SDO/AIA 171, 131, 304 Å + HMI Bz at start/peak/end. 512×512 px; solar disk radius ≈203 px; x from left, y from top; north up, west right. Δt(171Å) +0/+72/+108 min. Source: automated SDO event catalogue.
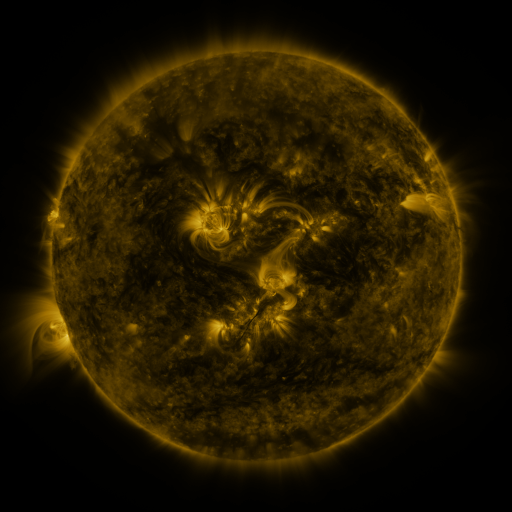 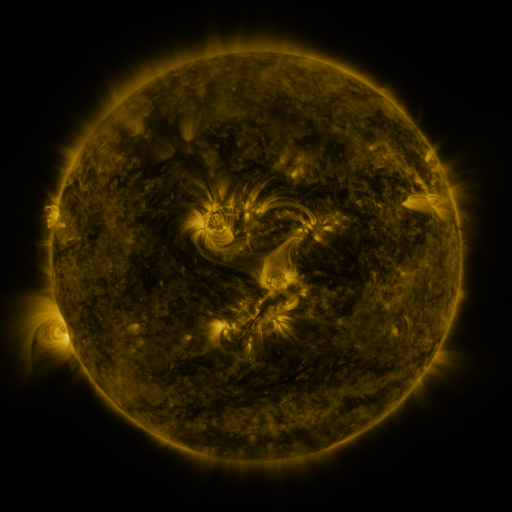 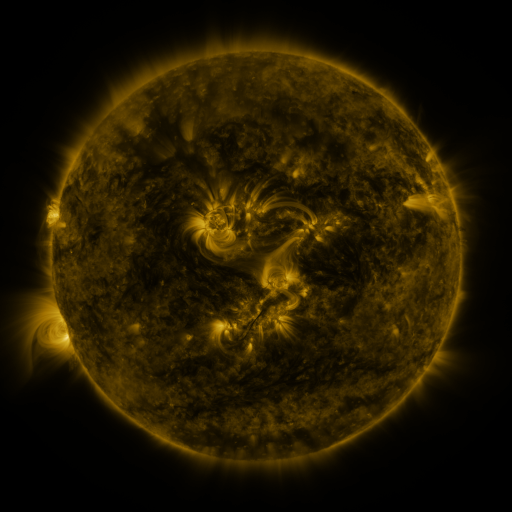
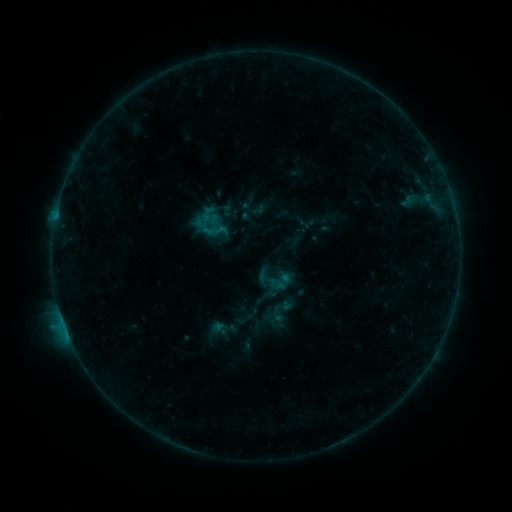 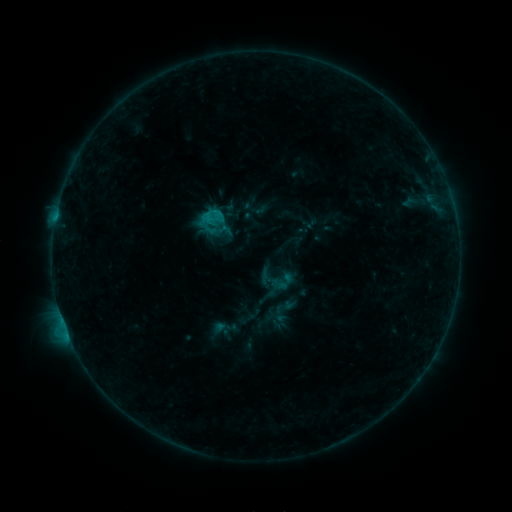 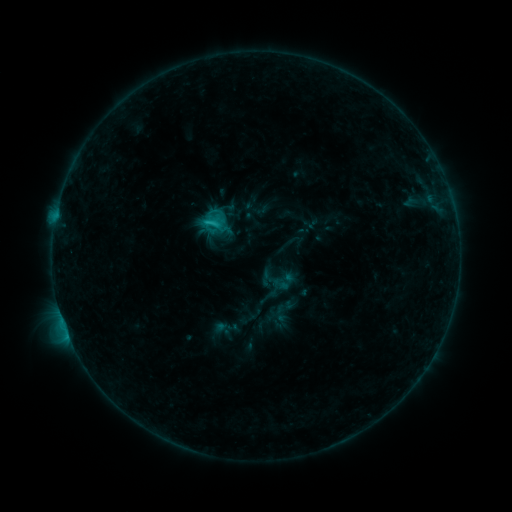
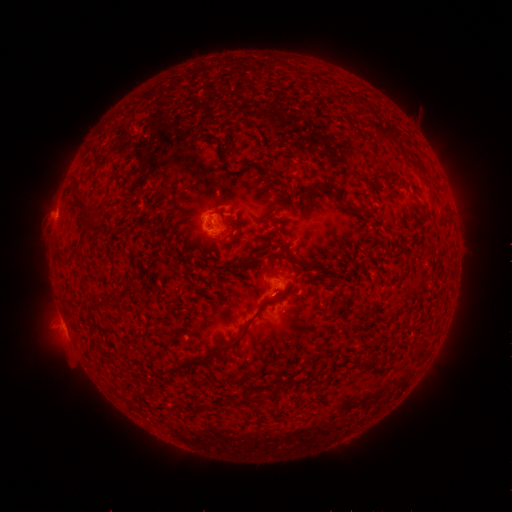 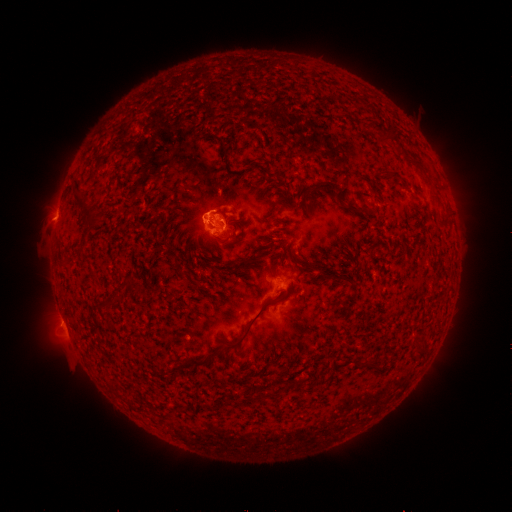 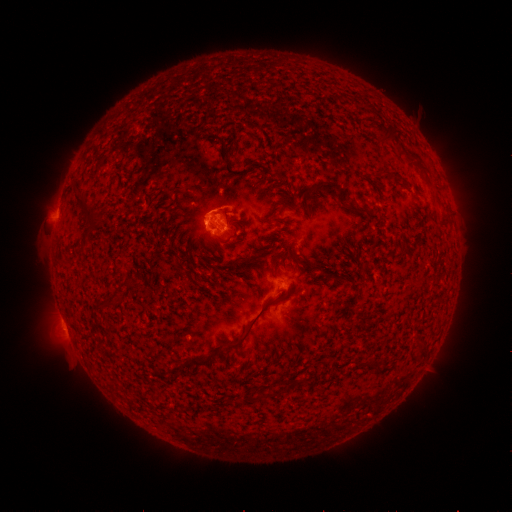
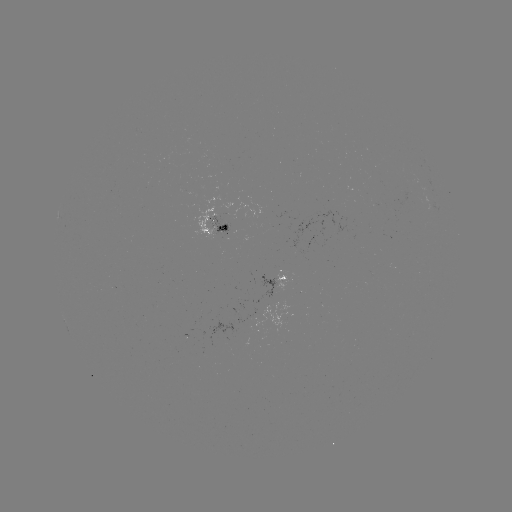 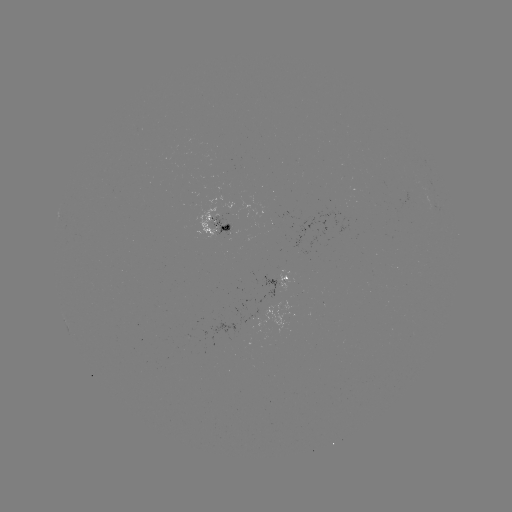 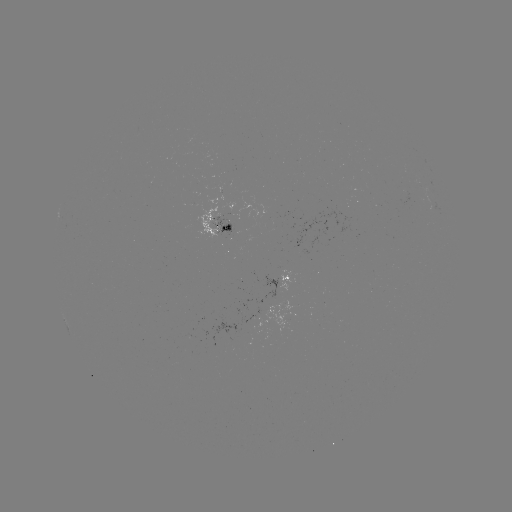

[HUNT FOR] emerging-flux region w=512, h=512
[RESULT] (219, 222)